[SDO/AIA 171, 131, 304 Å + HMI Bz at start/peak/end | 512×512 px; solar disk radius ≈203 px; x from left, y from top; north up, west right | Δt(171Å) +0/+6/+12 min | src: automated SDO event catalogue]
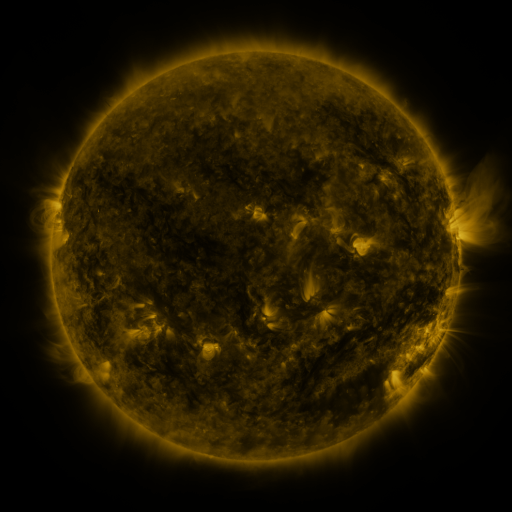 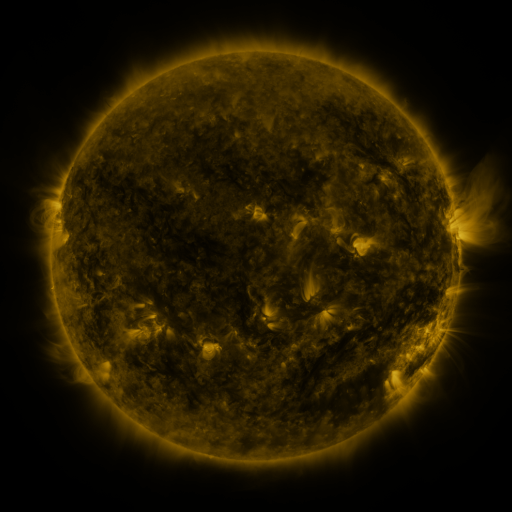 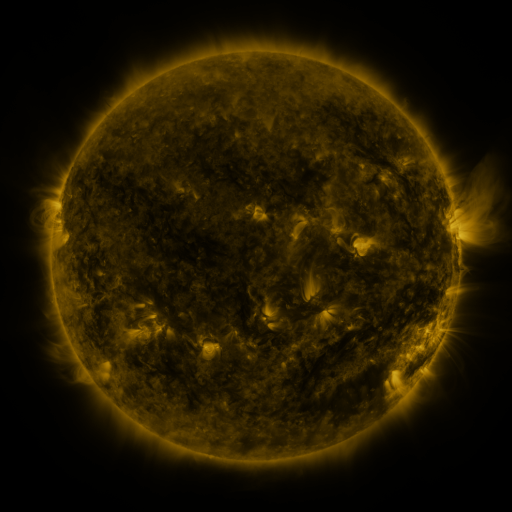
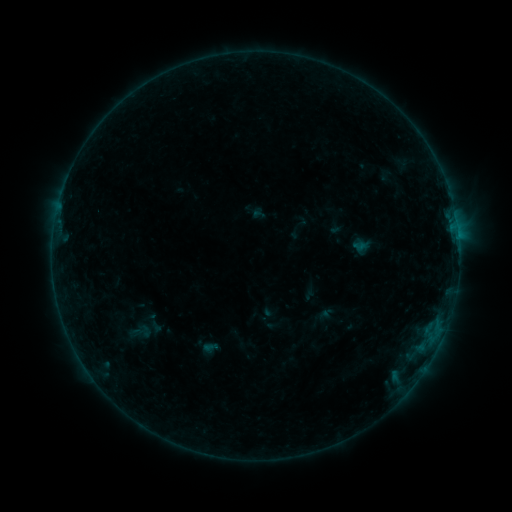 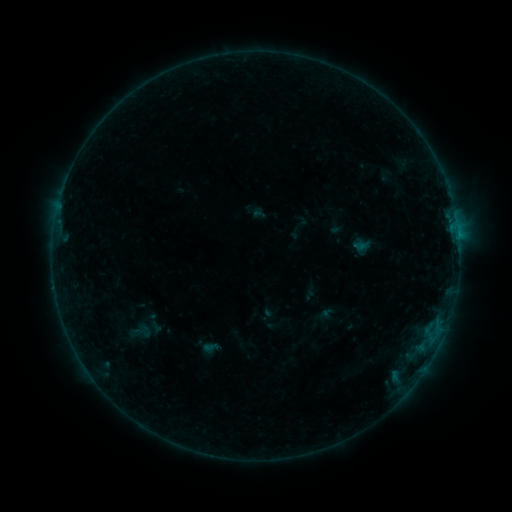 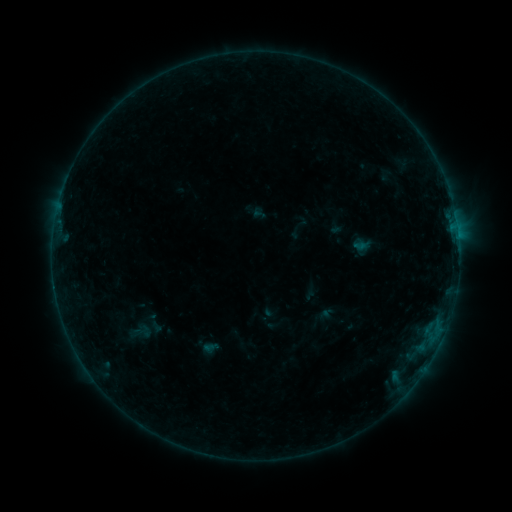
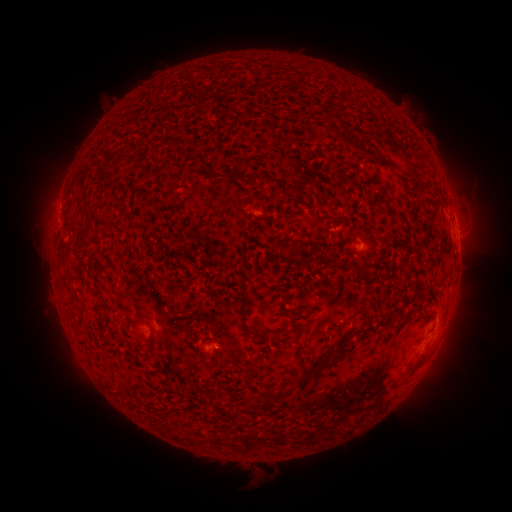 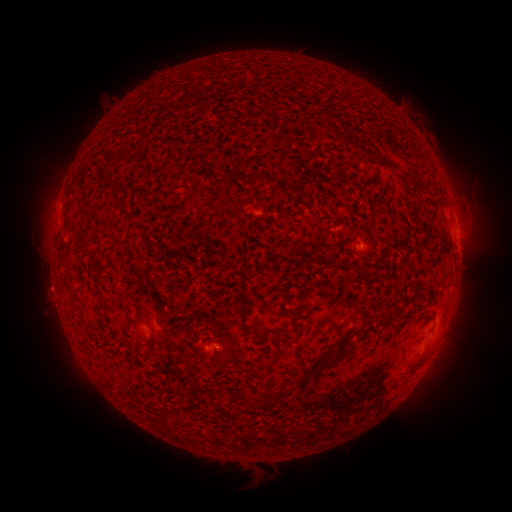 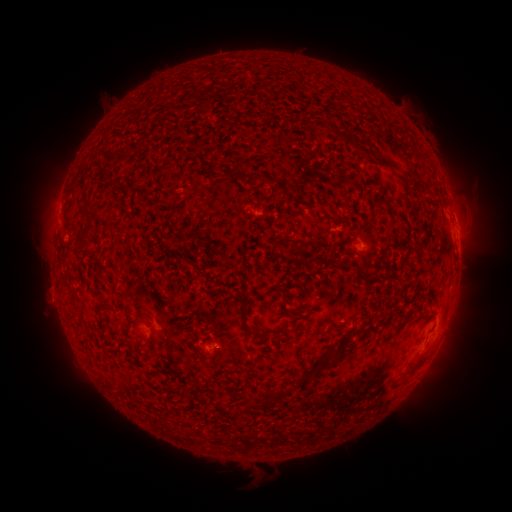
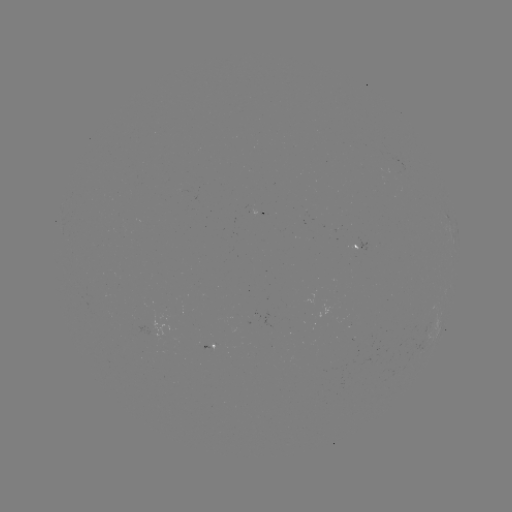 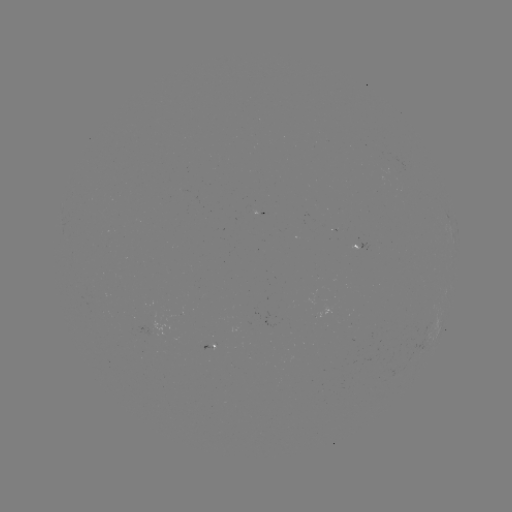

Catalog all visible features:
eruption: (52, 295)
